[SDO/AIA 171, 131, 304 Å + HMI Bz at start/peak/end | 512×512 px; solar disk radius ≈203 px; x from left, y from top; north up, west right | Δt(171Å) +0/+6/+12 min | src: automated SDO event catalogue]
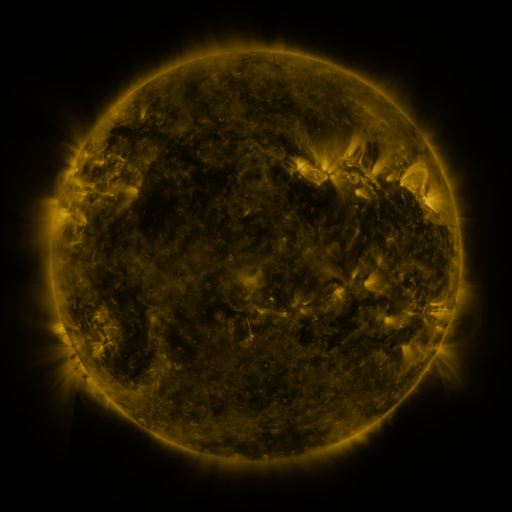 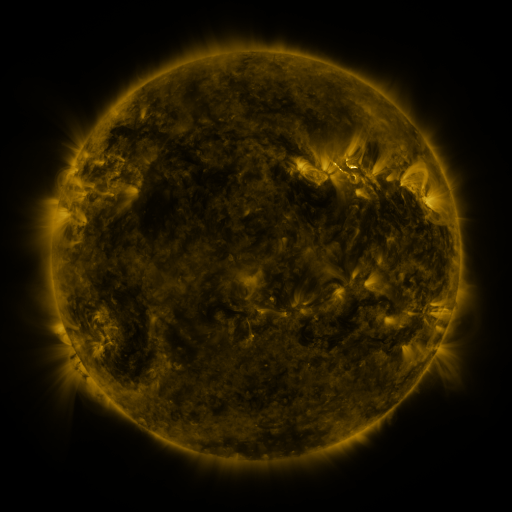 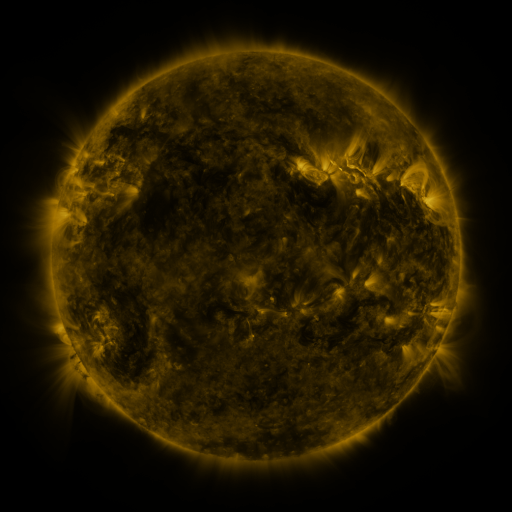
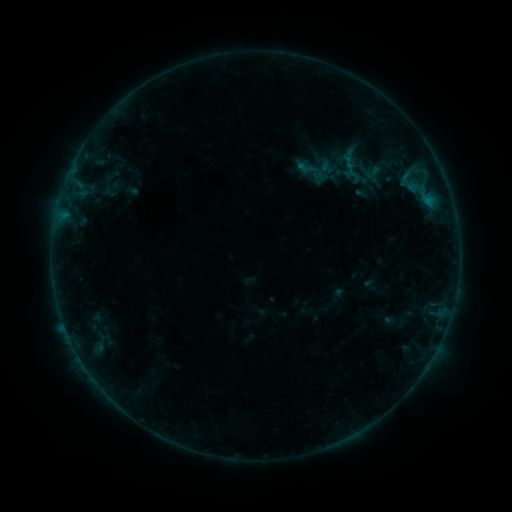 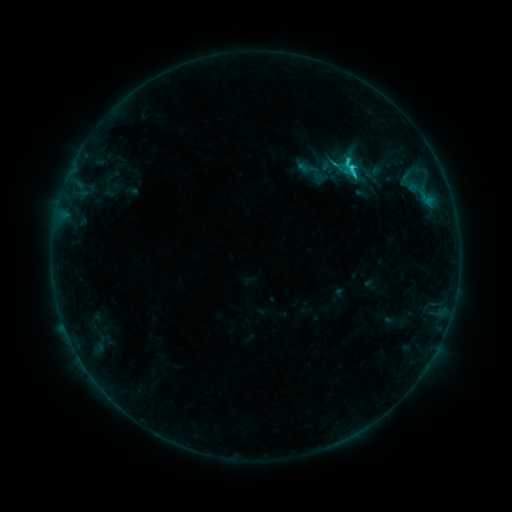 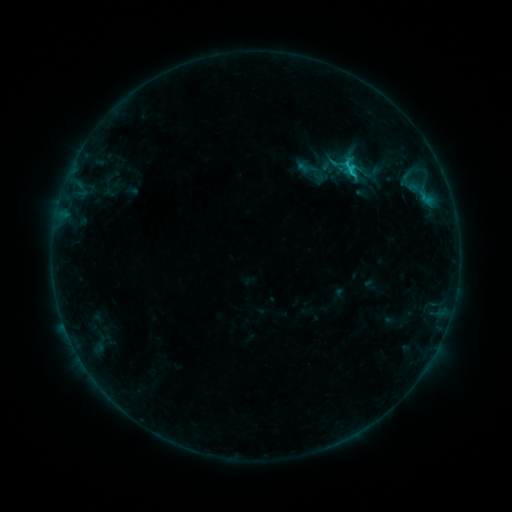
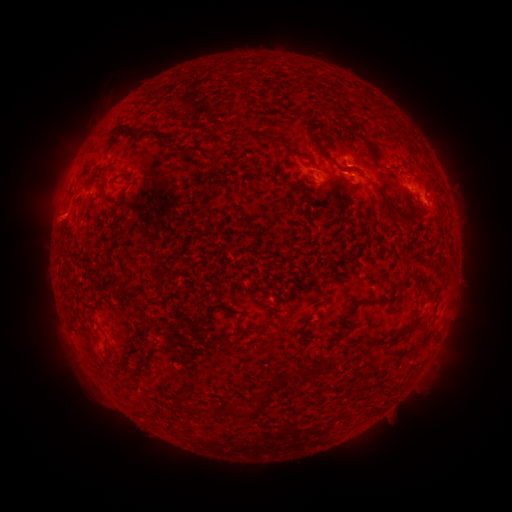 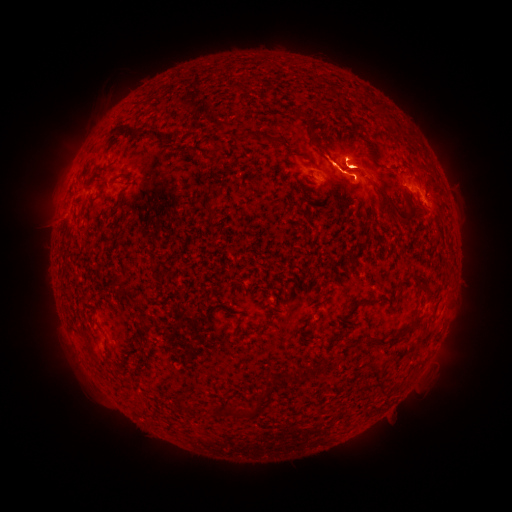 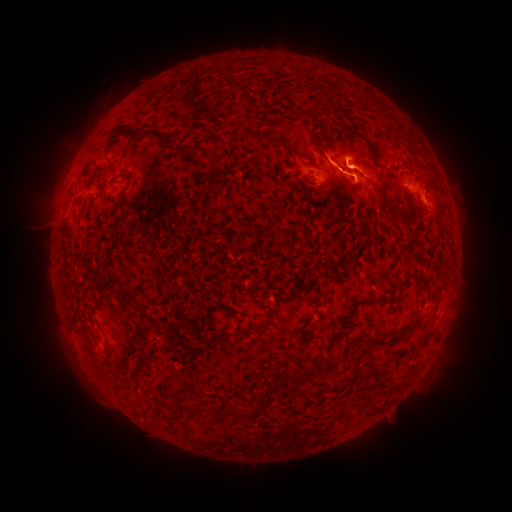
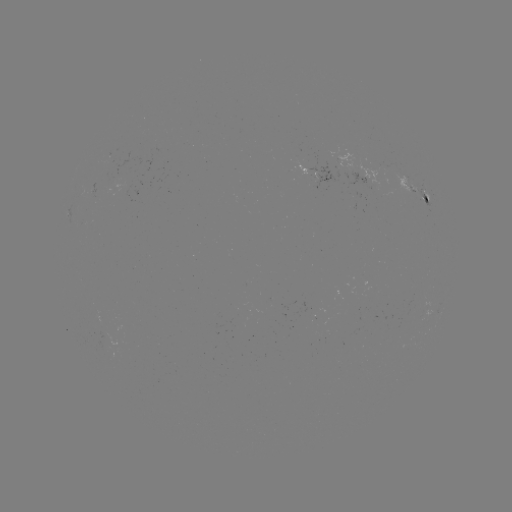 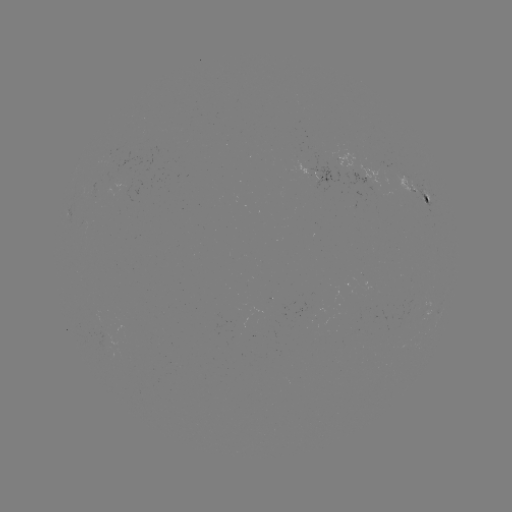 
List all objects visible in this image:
eruption: (442, 164)
